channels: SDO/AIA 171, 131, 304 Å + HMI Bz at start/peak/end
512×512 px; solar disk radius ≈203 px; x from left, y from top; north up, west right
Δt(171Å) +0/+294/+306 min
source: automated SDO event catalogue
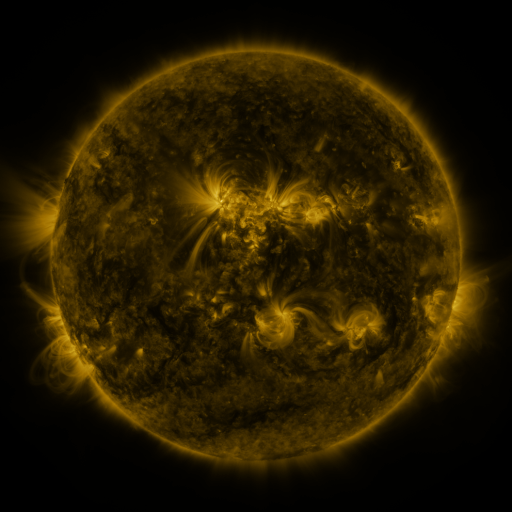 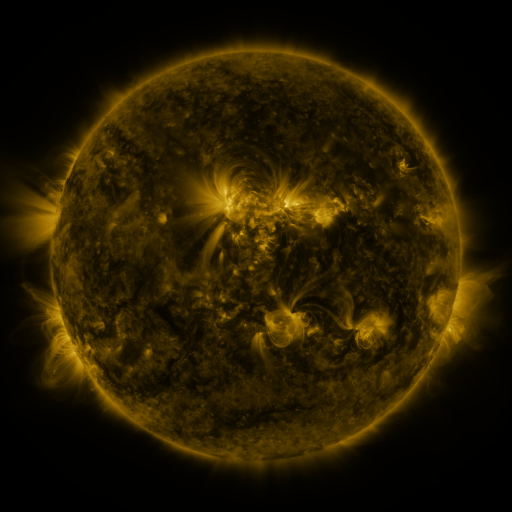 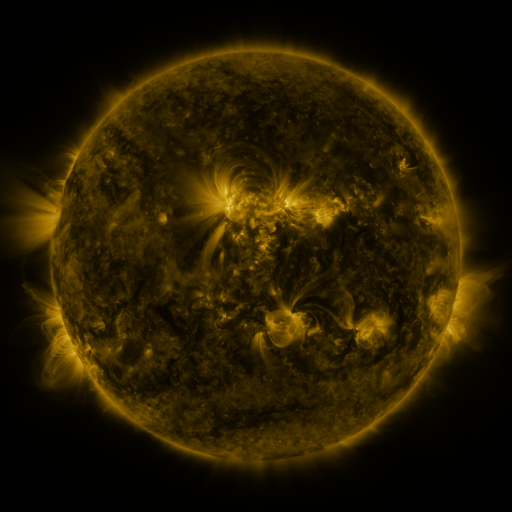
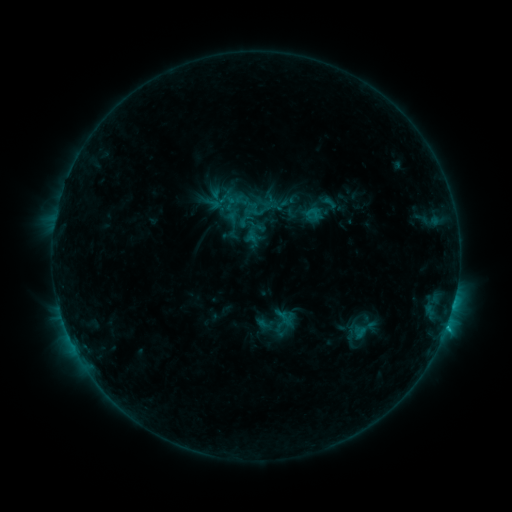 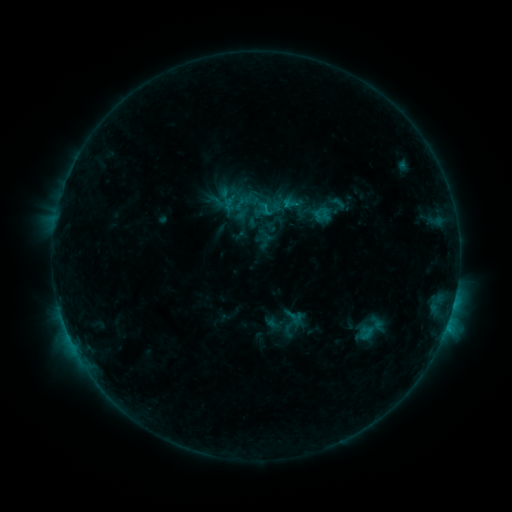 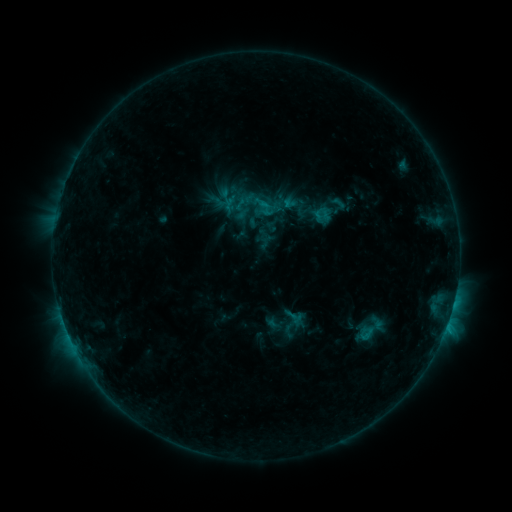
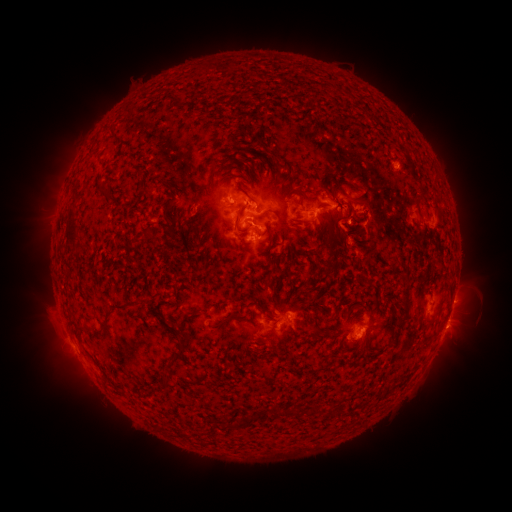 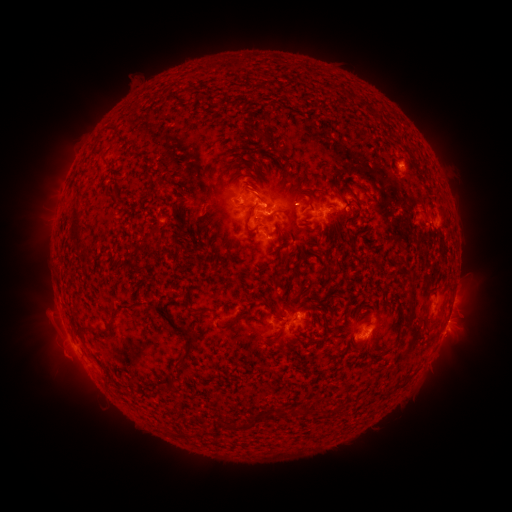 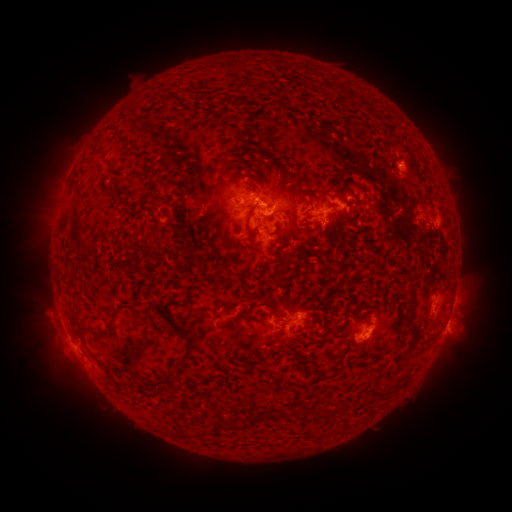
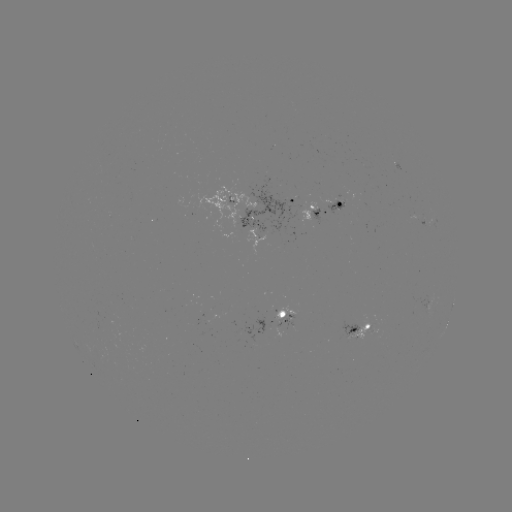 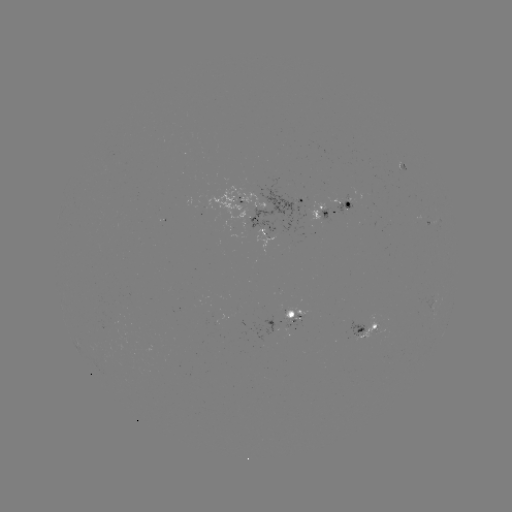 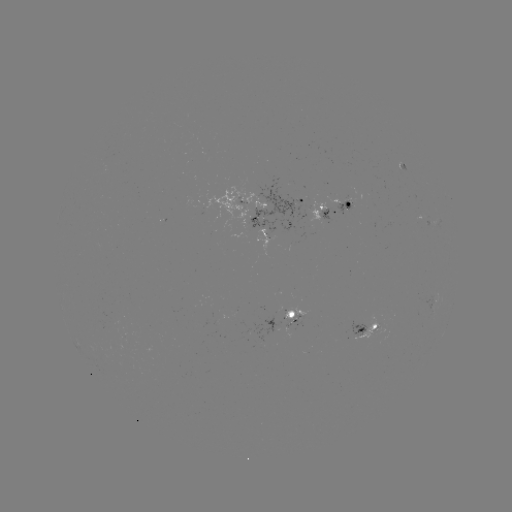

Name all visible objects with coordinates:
emerging-flux region: (336, 198)
